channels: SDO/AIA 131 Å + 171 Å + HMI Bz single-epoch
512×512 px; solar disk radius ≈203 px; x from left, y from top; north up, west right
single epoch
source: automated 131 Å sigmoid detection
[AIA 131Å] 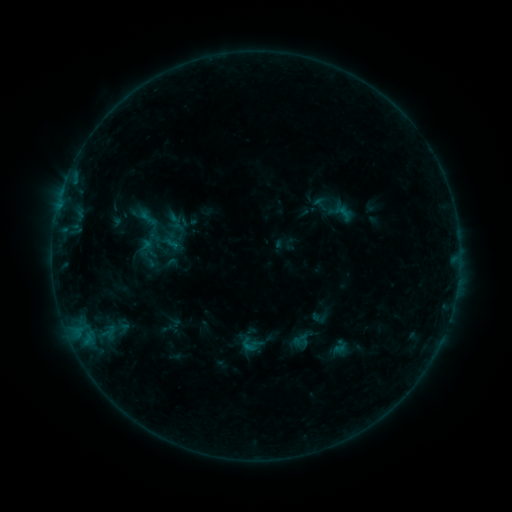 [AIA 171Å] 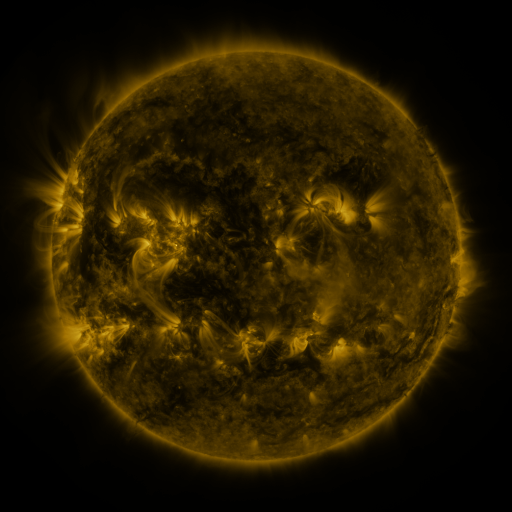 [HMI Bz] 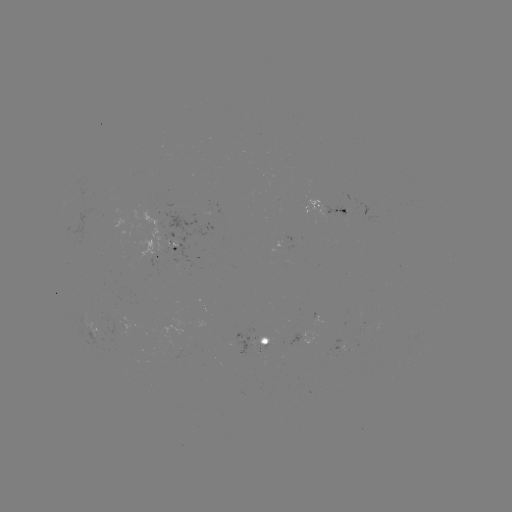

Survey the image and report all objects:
sigmoid: (169, 243)
sigmoid: (248, 345)
